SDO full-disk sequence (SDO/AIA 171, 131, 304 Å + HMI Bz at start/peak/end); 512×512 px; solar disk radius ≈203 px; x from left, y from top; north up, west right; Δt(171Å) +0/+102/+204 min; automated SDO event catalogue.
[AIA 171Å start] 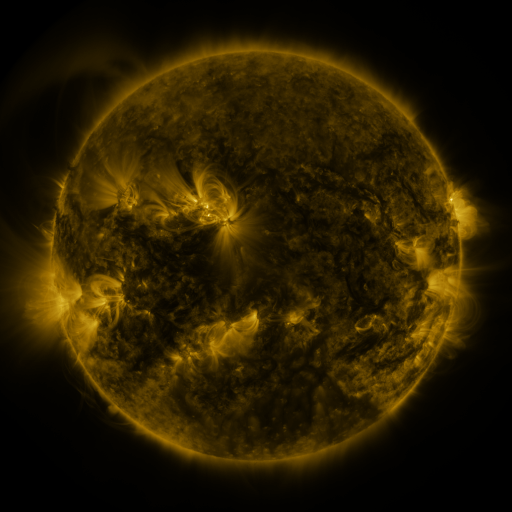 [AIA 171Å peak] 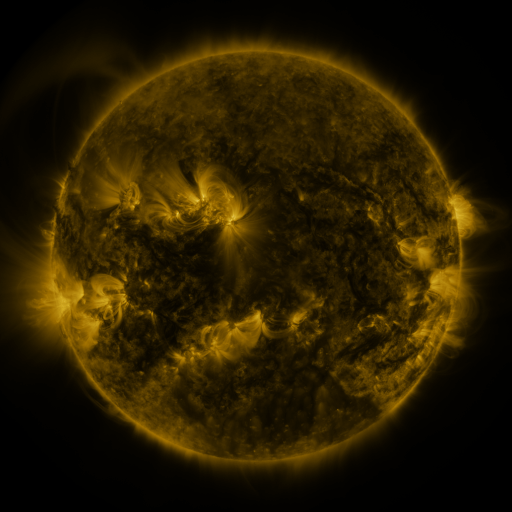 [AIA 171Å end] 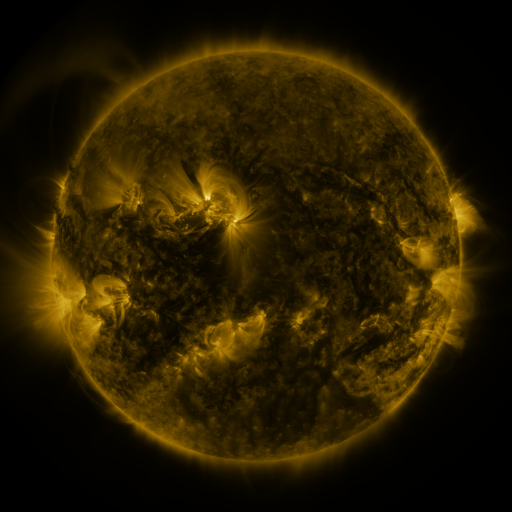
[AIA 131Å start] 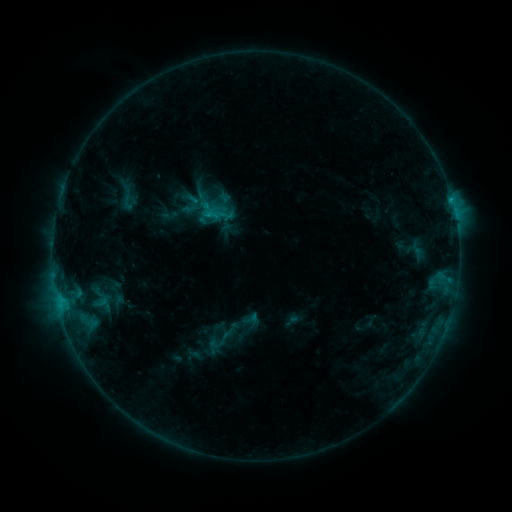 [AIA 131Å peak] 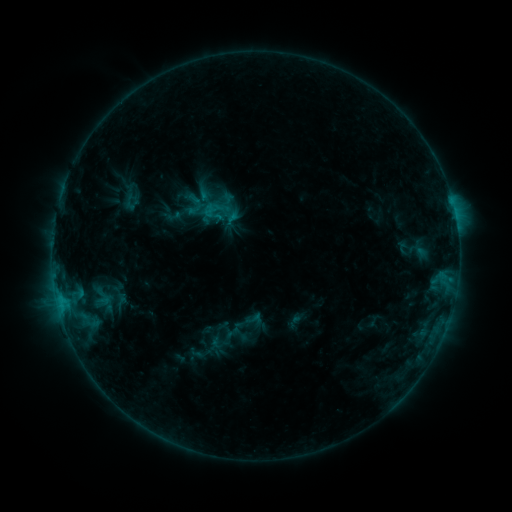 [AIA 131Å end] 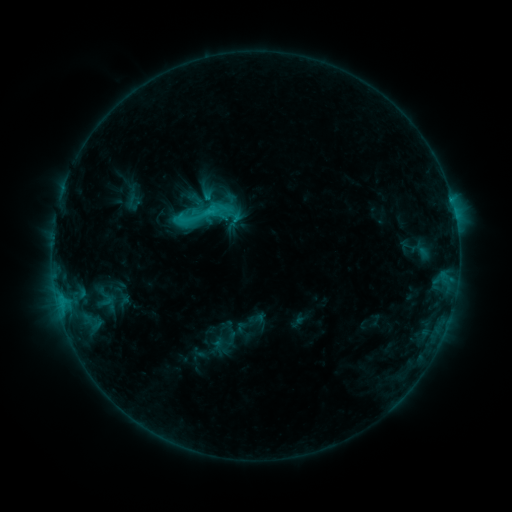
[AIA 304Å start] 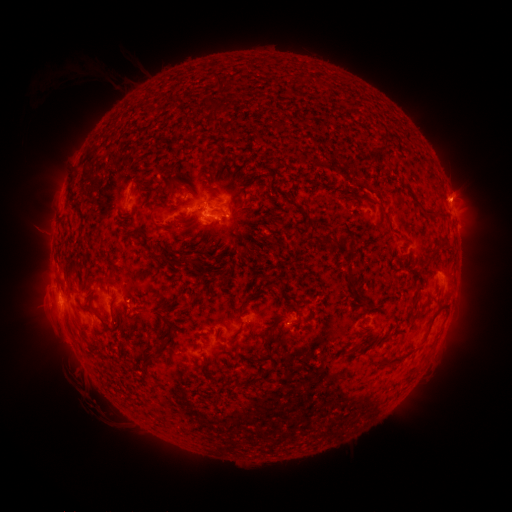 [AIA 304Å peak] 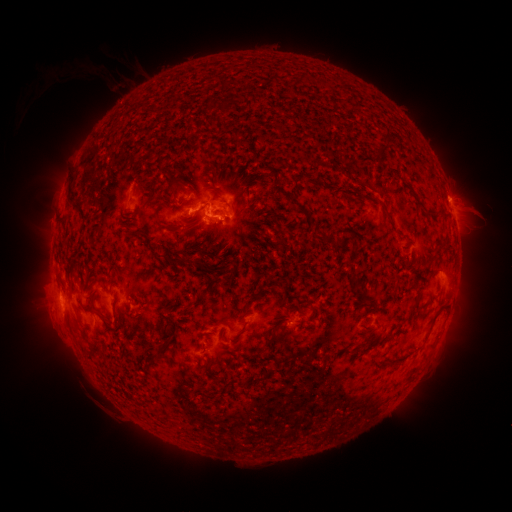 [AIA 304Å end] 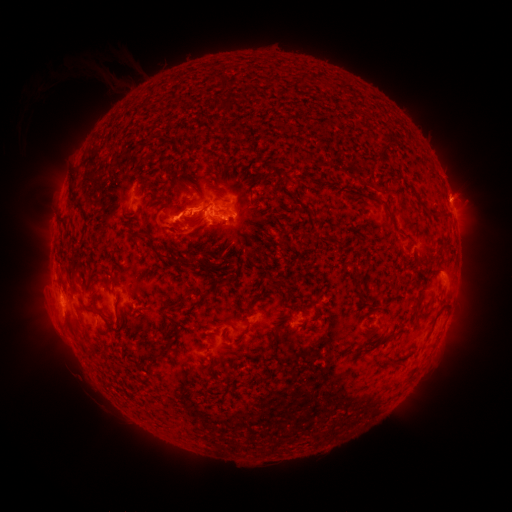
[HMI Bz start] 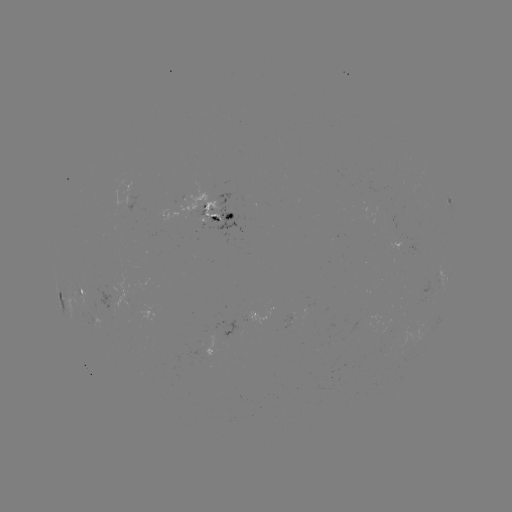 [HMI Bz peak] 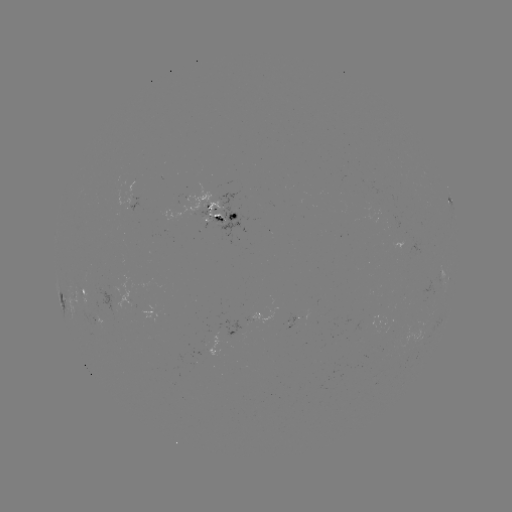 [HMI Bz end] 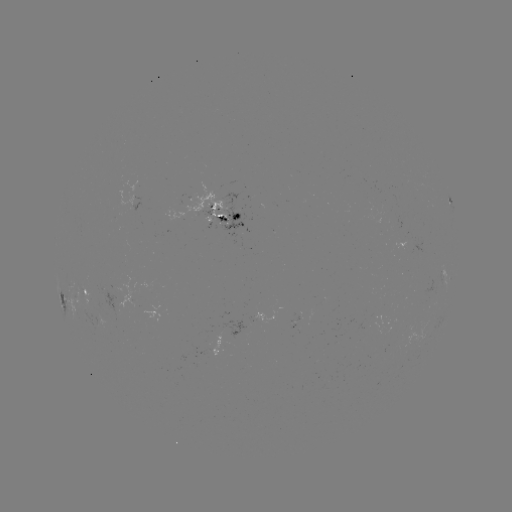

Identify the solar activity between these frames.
filament eruption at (476, 211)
